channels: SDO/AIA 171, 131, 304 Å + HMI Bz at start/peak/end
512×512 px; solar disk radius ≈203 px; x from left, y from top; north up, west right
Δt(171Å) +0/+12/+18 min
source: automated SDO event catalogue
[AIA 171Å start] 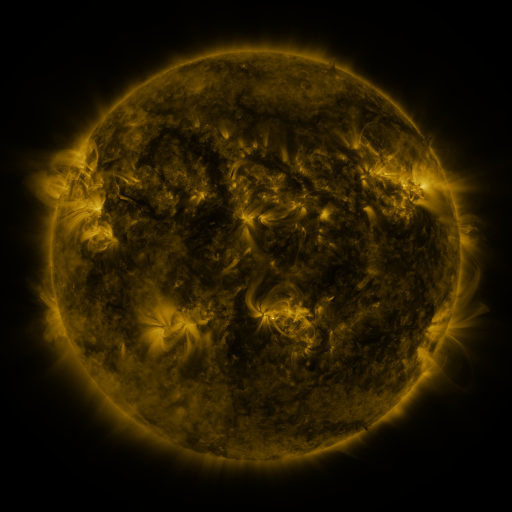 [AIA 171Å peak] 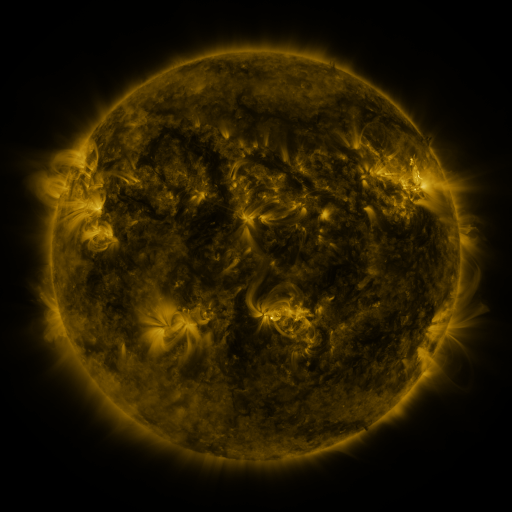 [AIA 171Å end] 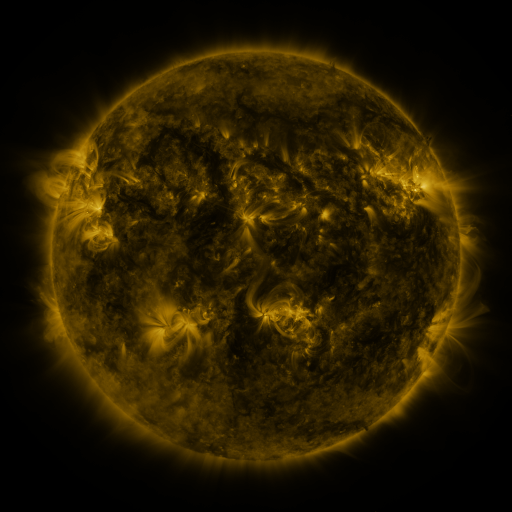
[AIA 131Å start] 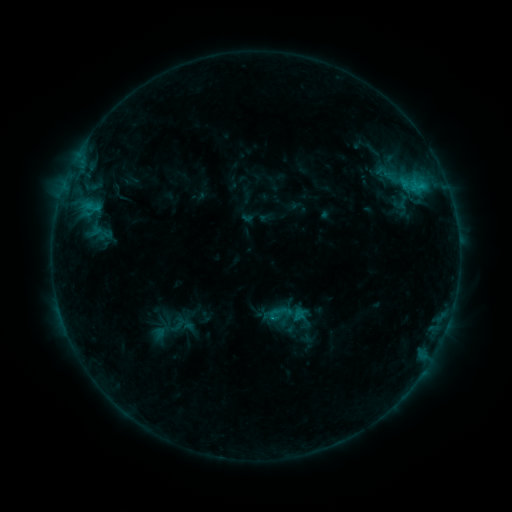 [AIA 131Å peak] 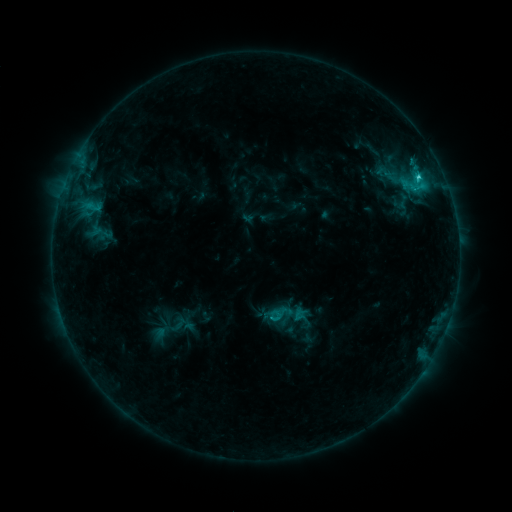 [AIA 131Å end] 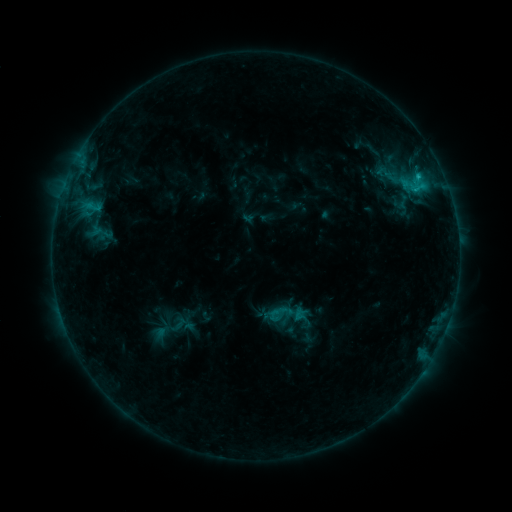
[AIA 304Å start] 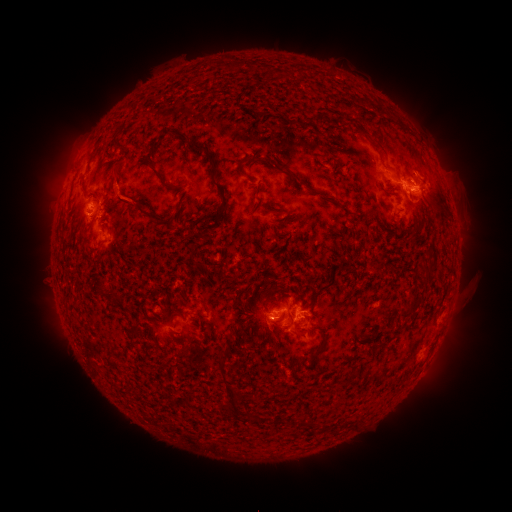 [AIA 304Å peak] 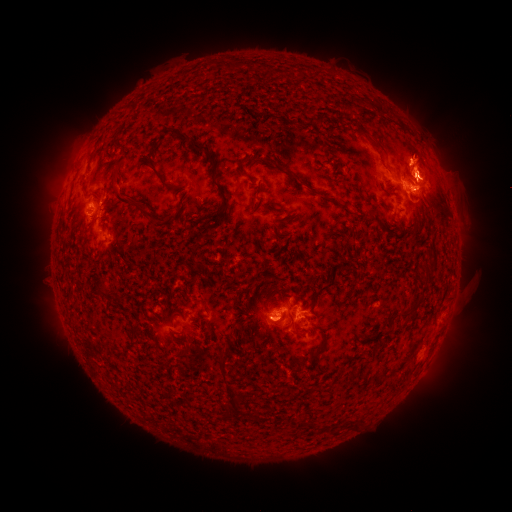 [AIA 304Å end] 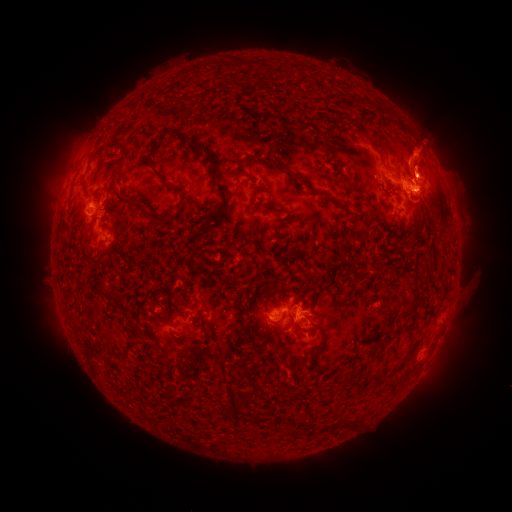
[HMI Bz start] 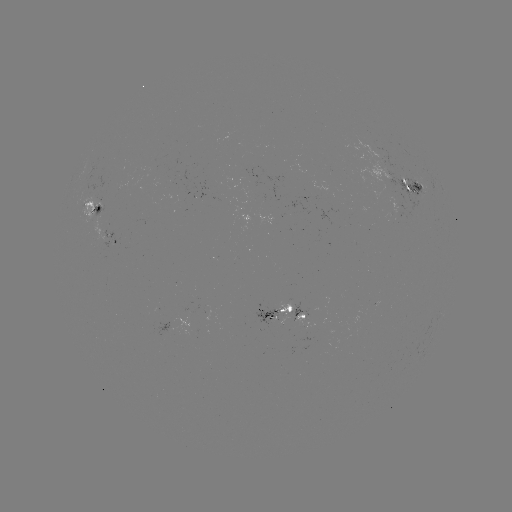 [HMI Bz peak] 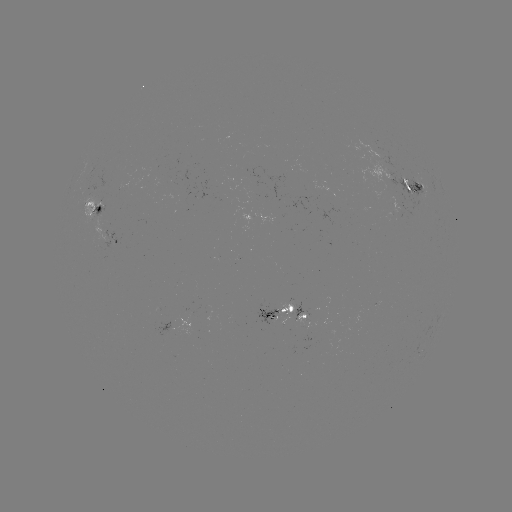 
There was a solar eruption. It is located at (423, 156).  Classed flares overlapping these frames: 1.